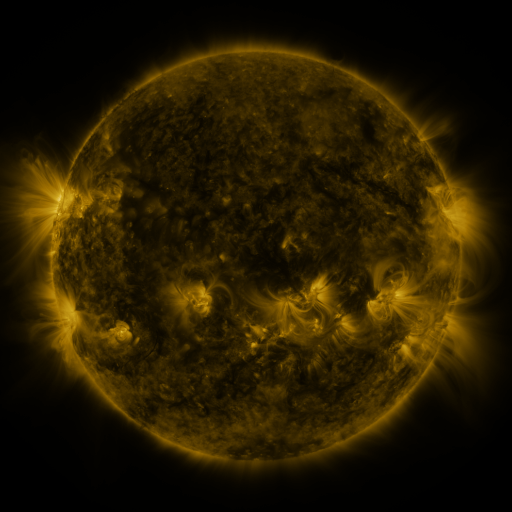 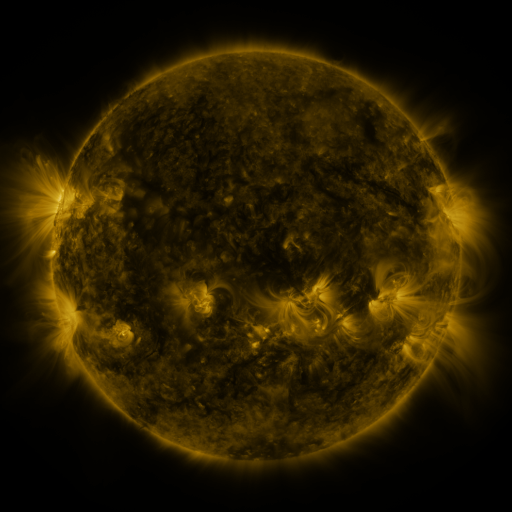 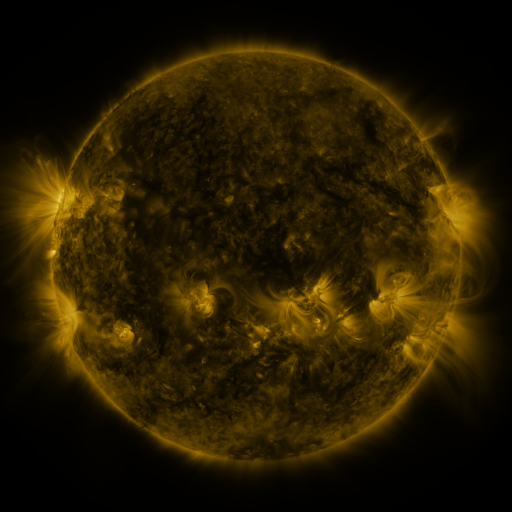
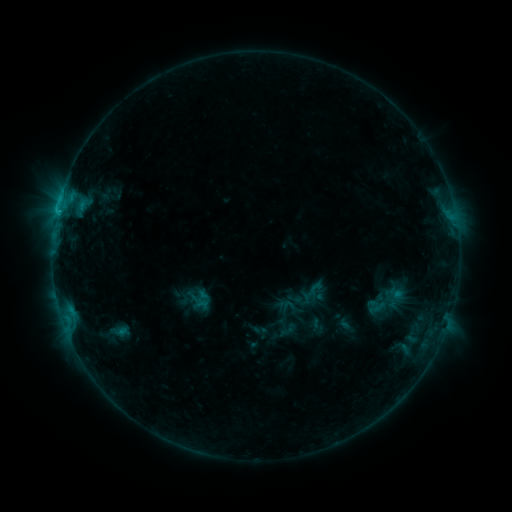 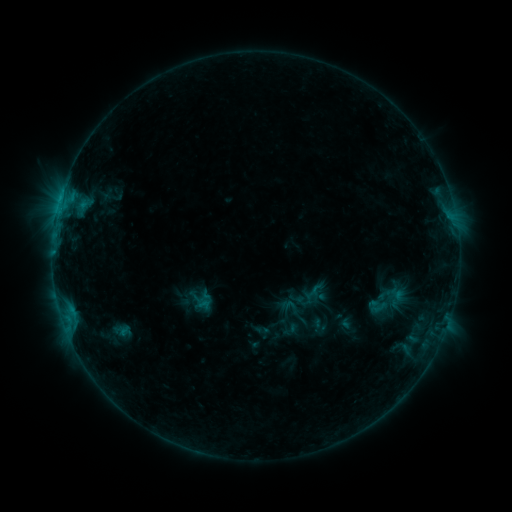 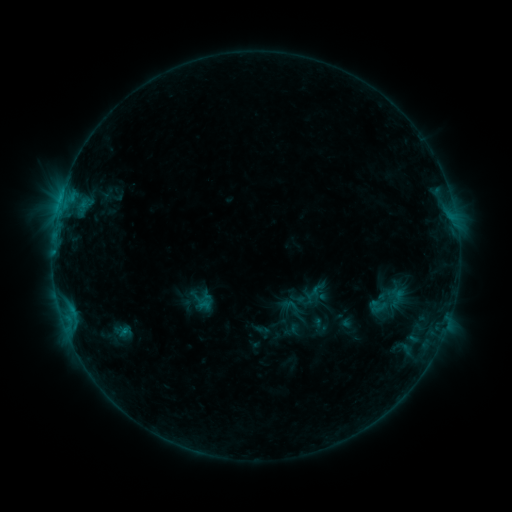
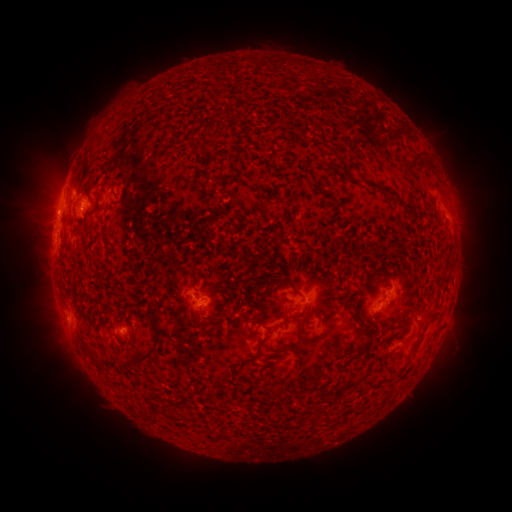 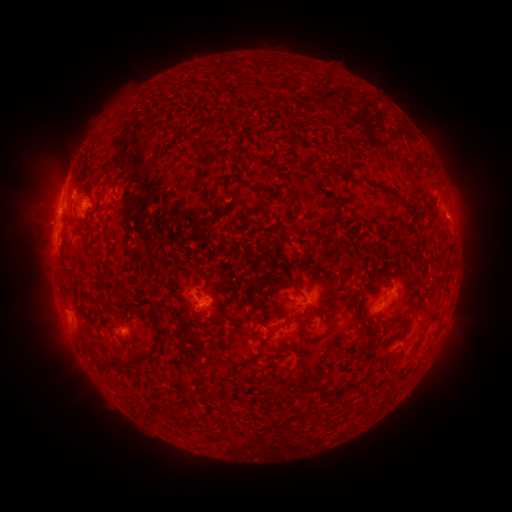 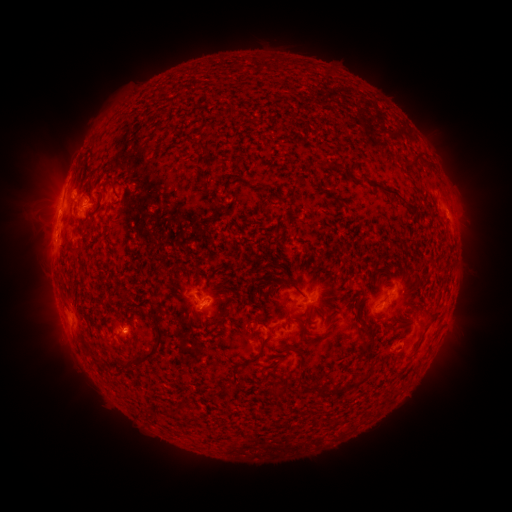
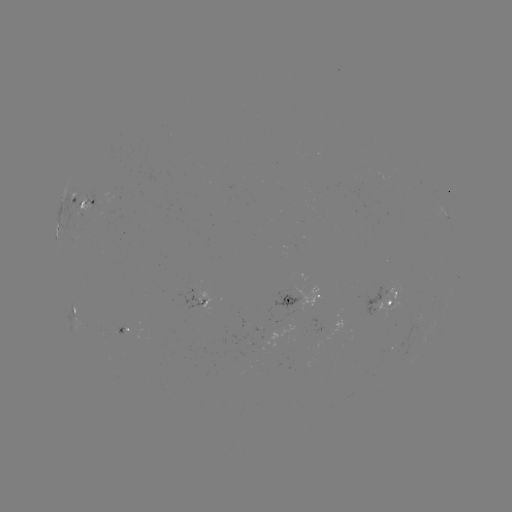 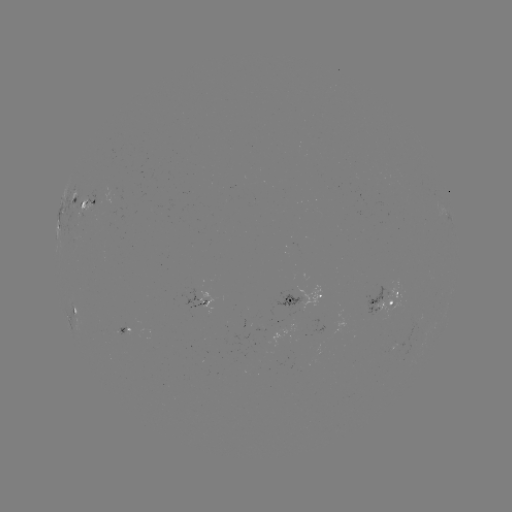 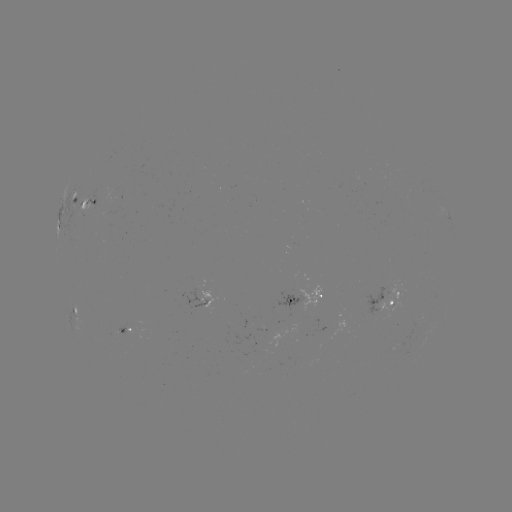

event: emerging-flux region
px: (121, 329)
